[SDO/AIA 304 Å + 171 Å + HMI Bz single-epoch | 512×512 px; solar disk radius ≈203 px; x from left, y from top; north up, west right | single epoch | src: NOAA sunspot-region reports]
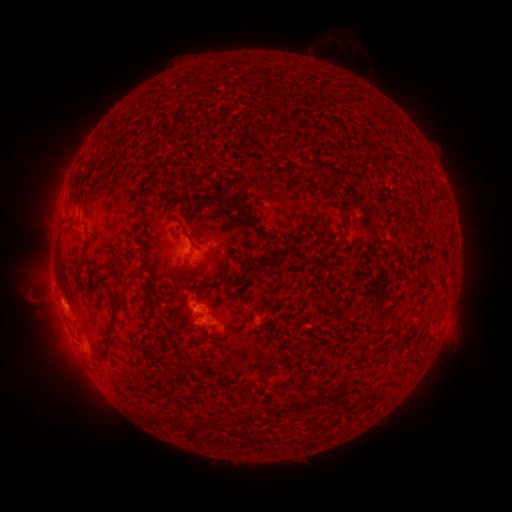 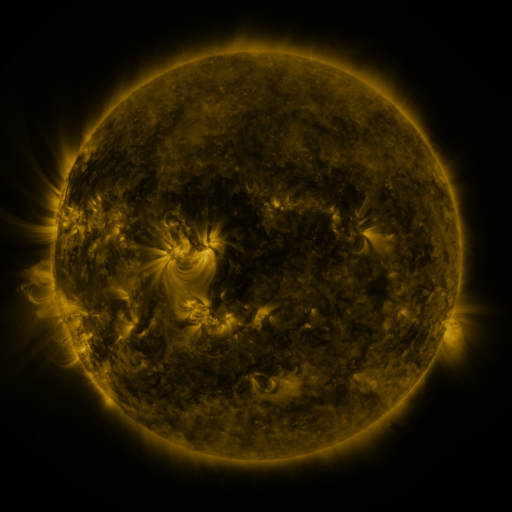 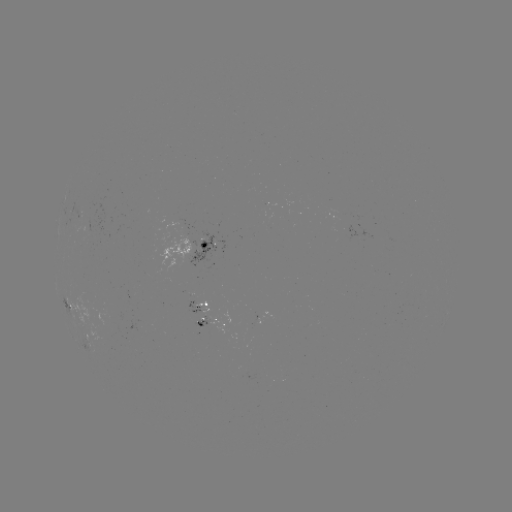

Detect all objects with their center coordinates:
spotted active region: (196, 245)
spotted active region: (70, 304)
spotted active region: (200, 309)
spotted active region: (211, 326)
spotted active region: (85, 336)
